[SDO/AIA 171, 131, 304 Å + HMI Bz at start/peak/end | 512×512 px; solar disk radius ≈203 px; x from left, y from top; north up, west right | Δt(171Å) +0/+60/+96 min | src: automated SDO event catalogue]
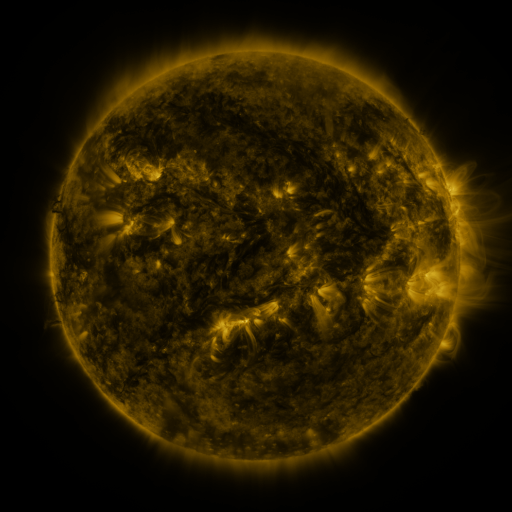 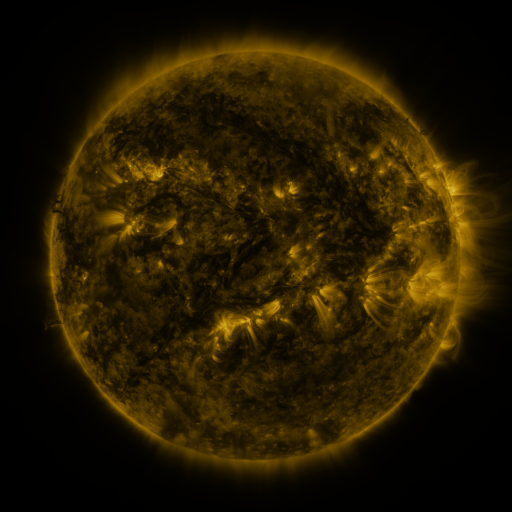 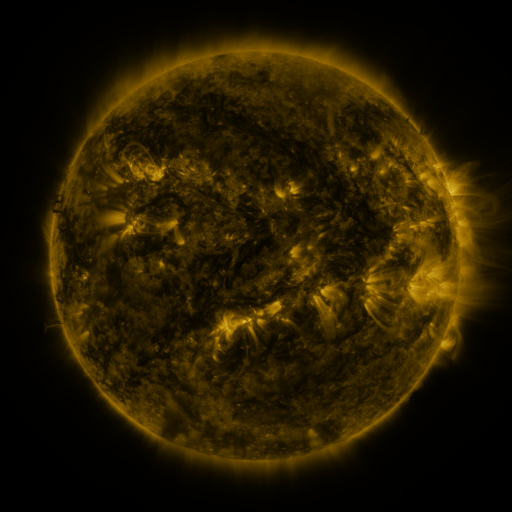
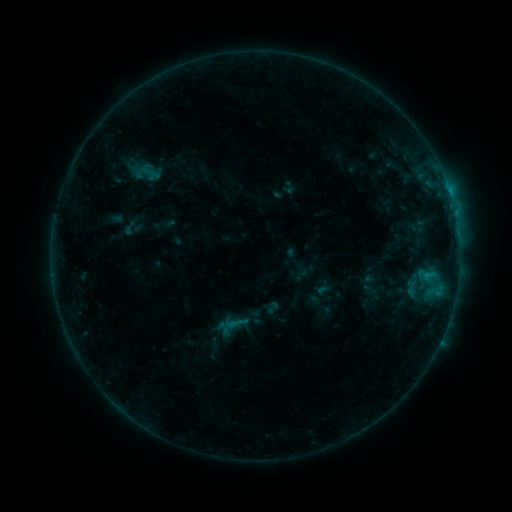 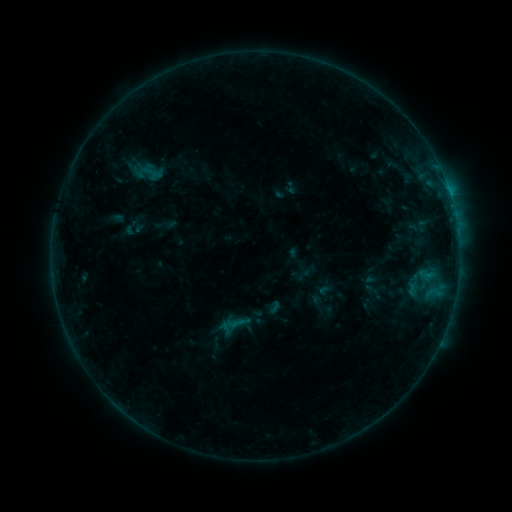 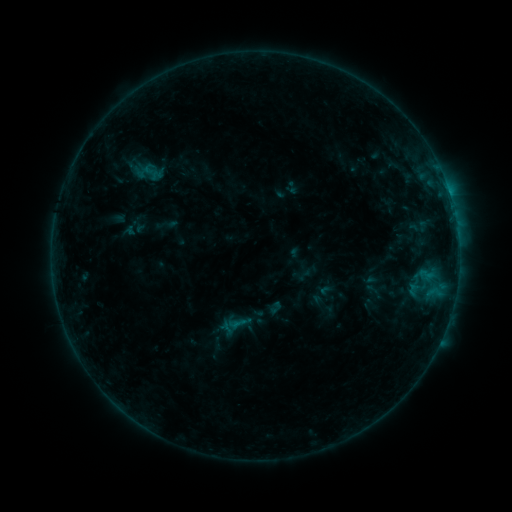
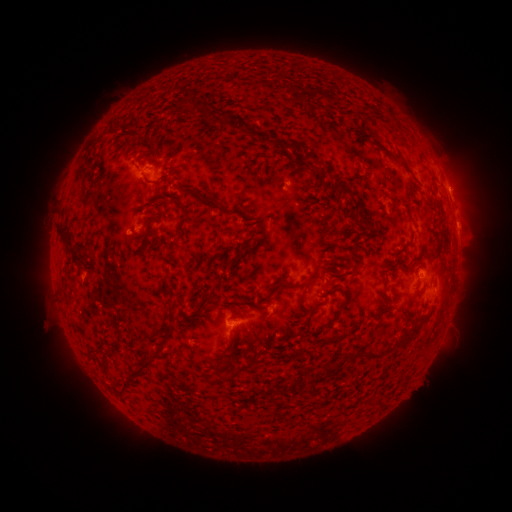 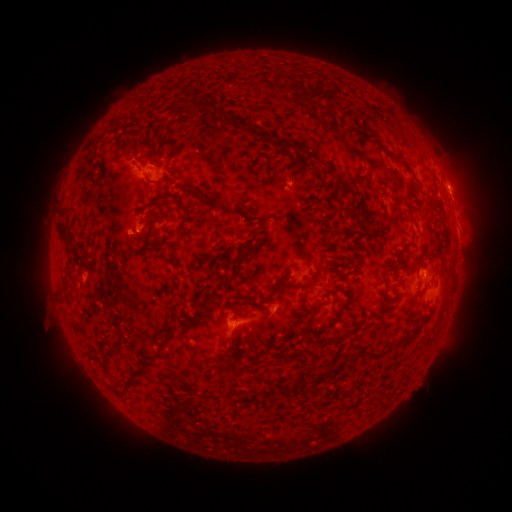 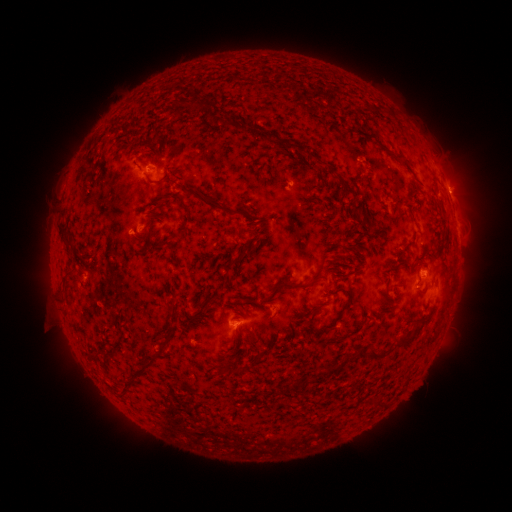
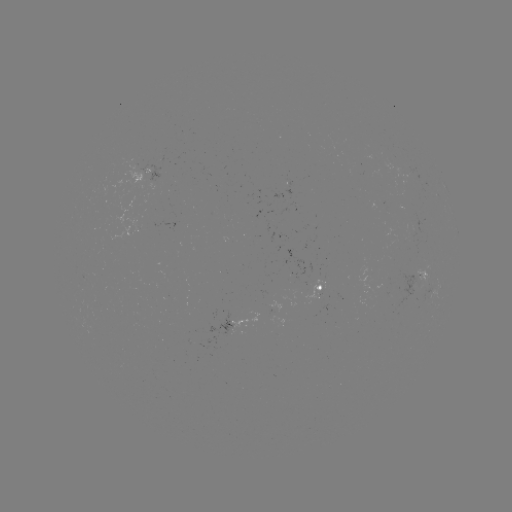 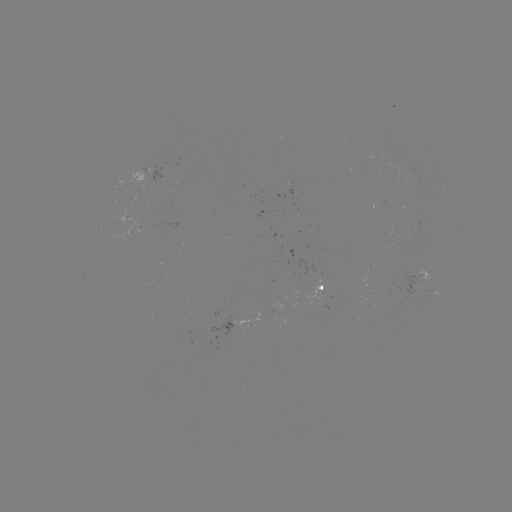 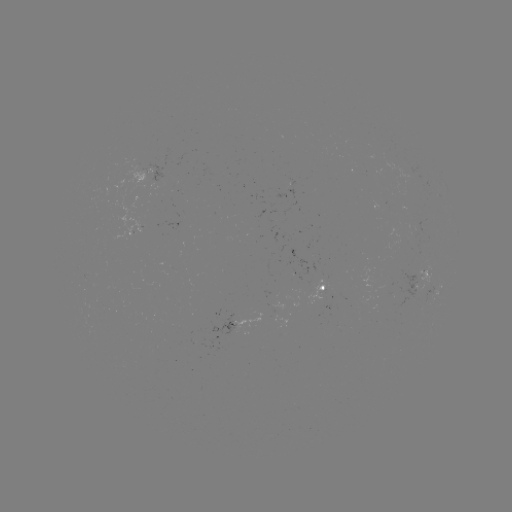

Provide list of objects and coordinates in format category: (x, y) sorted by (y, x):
emerging-flux region: (385, 151)
